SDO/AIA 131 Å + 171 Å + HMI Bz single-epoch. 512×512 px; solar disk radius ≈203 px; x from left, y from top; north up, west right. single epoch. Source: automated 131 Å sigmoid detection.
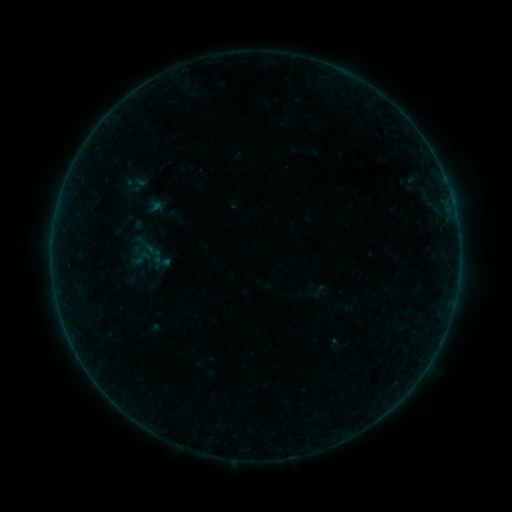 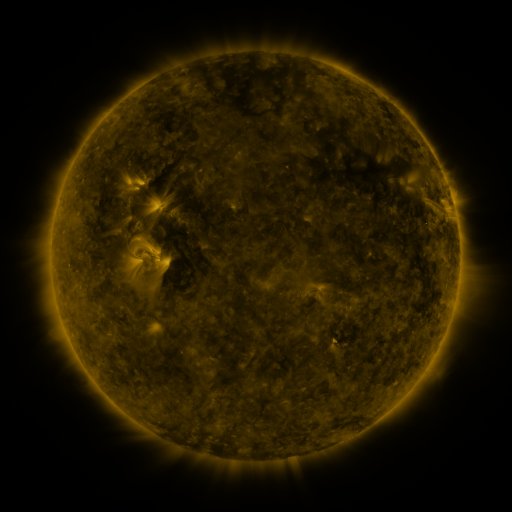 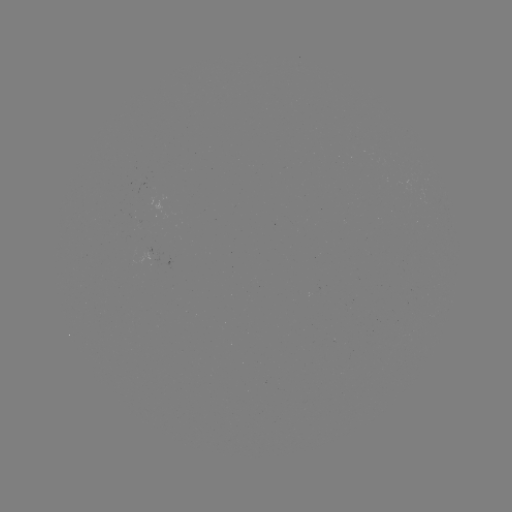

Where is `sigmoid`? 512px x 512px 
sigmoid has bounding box [151, 251, 169, 270].